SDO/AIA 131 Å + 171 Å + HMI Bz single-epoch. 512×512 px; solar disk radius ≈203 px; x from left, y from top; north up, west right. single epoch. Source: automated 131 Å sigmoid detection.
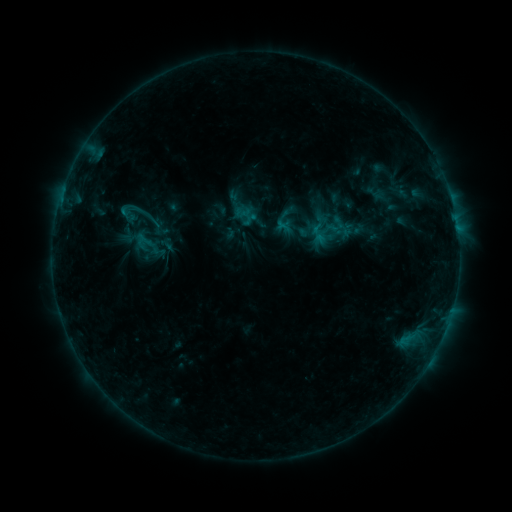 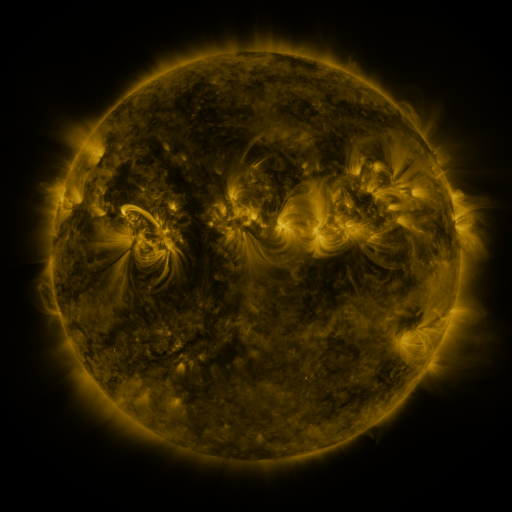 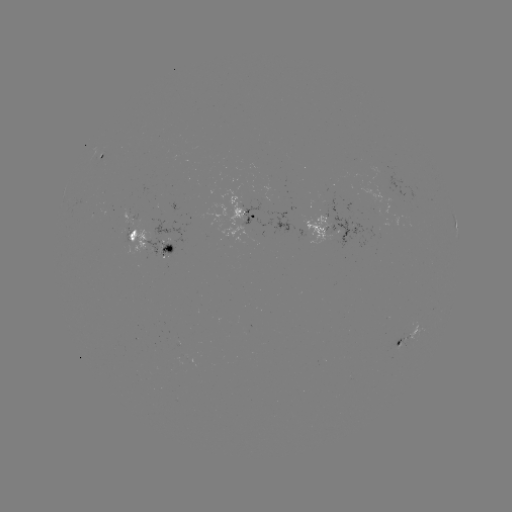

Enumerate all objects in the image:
sigmoid: (318, 234)
